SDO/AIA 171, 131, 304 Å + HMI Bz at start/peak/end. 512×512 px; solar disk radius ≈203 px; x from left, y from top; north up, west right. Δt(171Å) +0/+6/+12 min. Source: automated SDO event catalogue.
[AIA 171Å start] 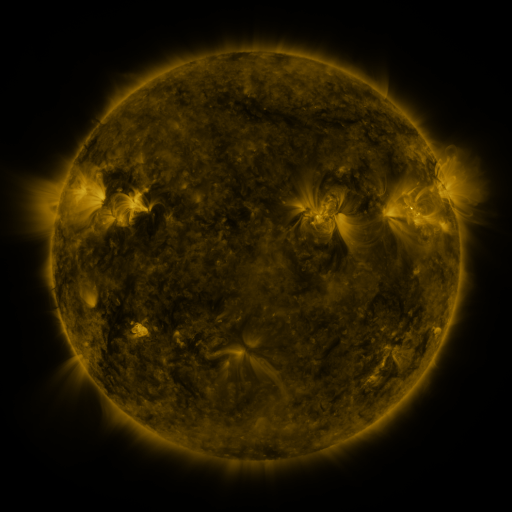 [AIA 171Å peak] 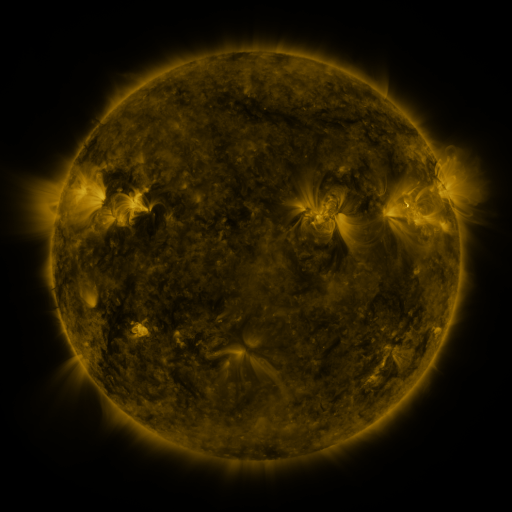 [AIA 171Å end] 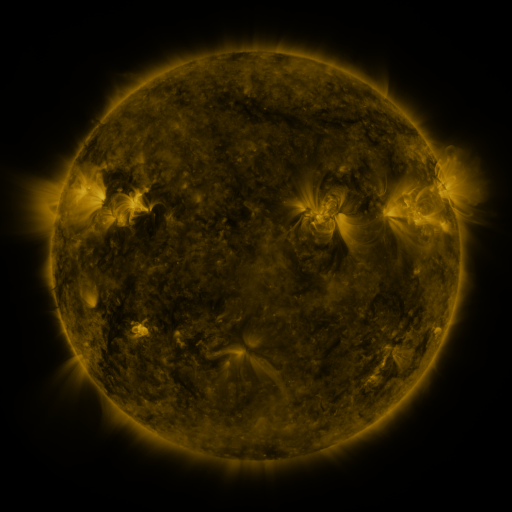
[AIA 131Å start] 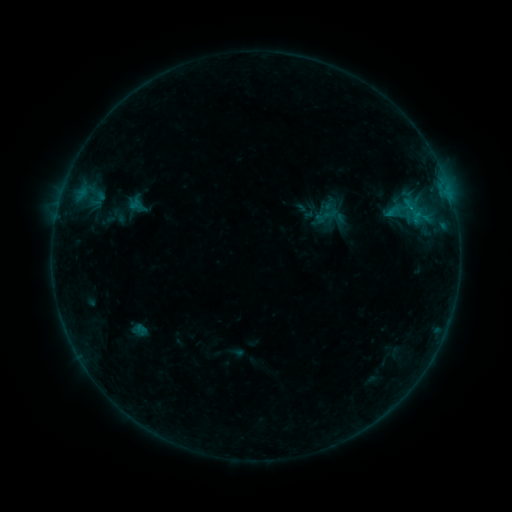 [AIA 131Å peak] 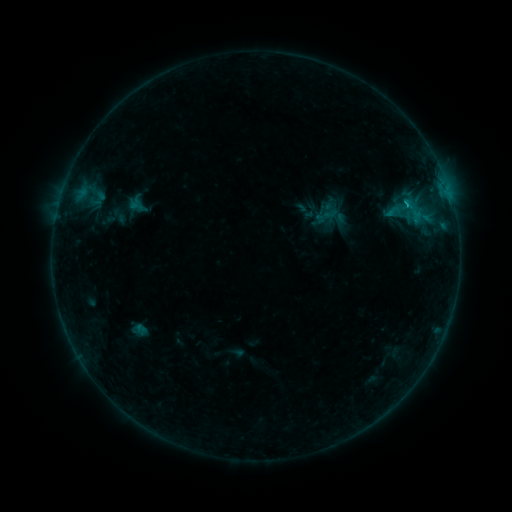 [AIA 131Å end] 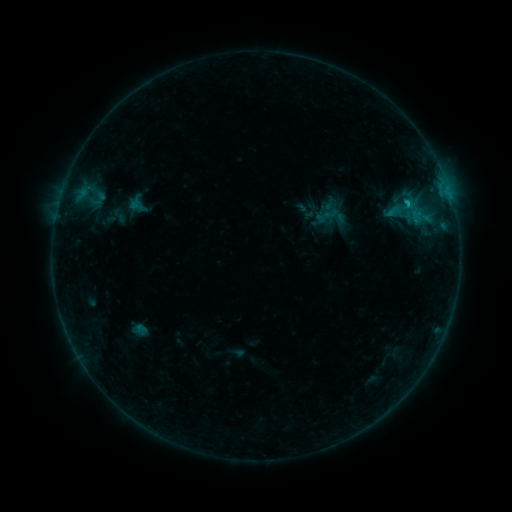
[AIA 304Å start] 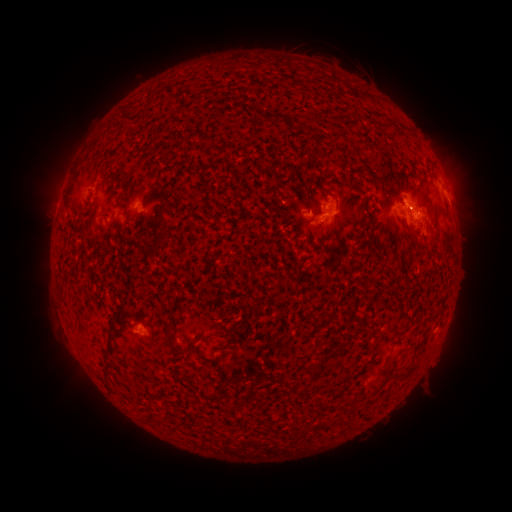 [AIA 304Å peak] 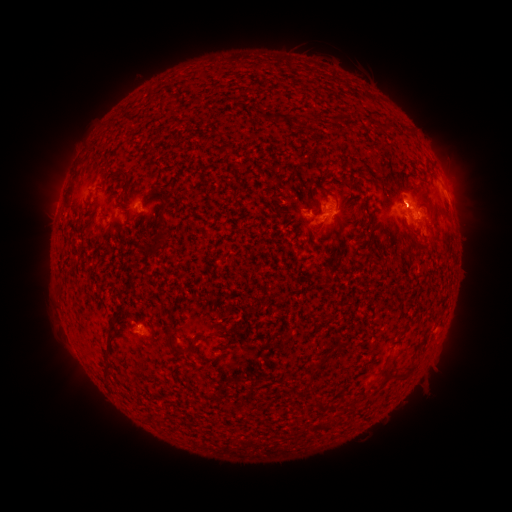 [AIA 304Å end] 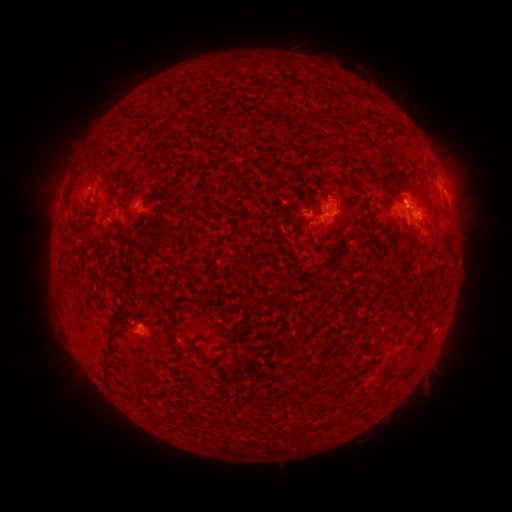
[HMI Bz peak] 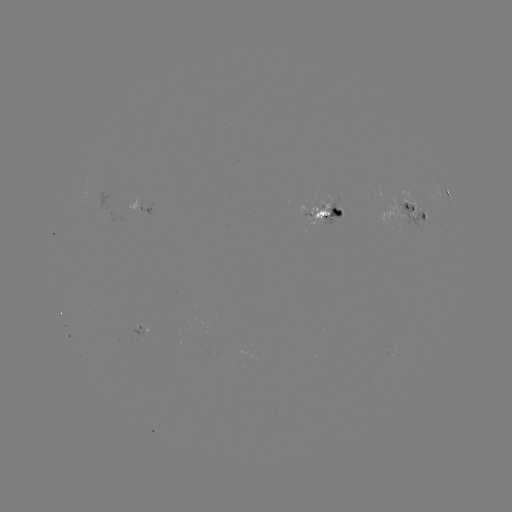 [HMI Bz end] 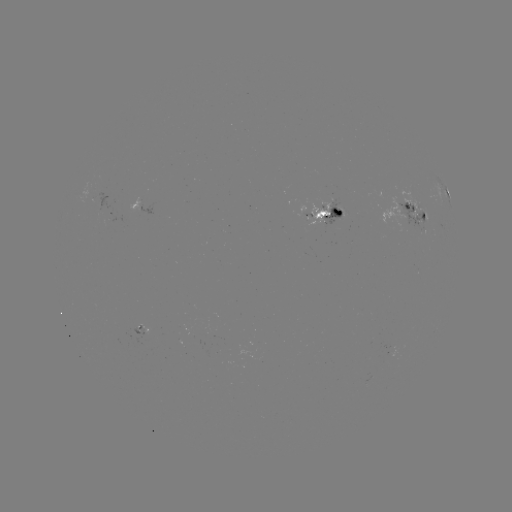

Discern B8.1 flare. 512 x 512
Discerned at [406, 206].